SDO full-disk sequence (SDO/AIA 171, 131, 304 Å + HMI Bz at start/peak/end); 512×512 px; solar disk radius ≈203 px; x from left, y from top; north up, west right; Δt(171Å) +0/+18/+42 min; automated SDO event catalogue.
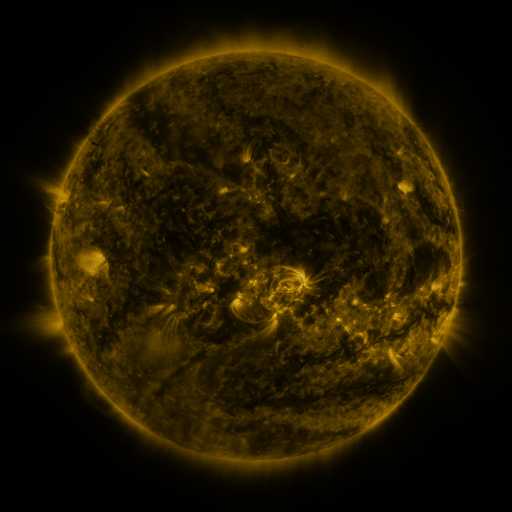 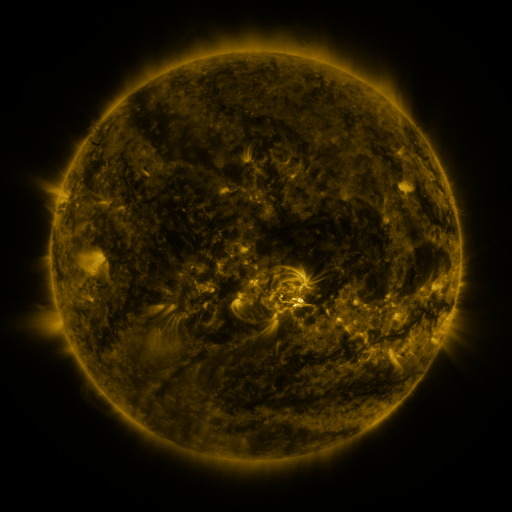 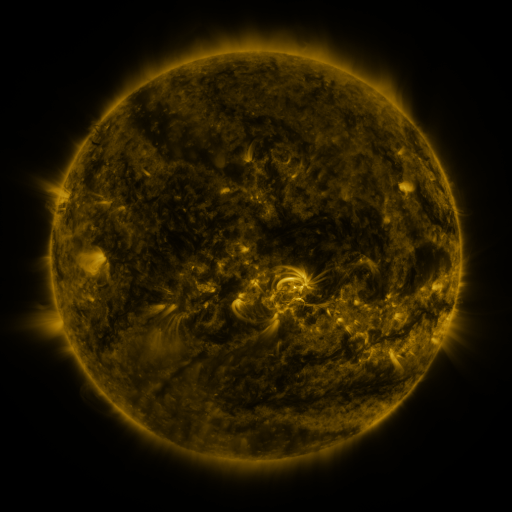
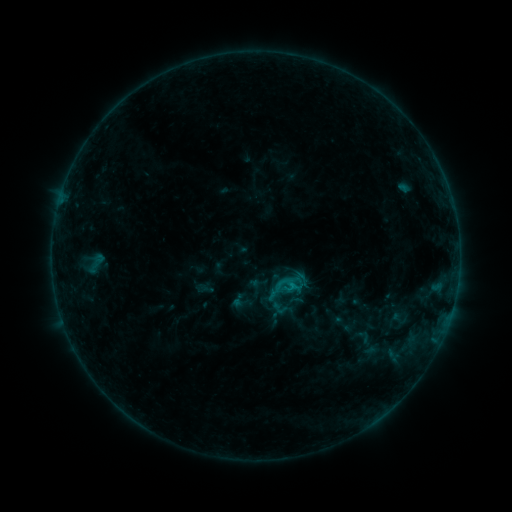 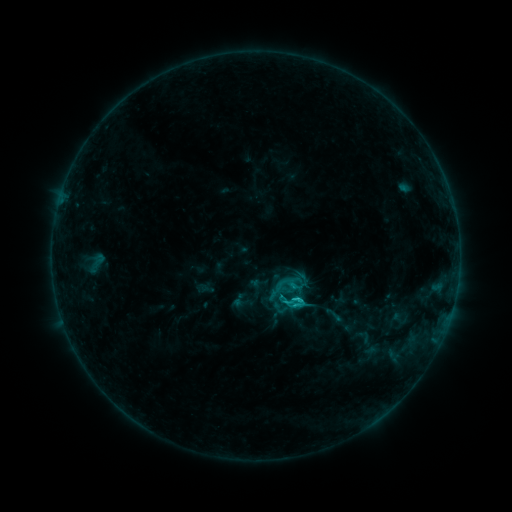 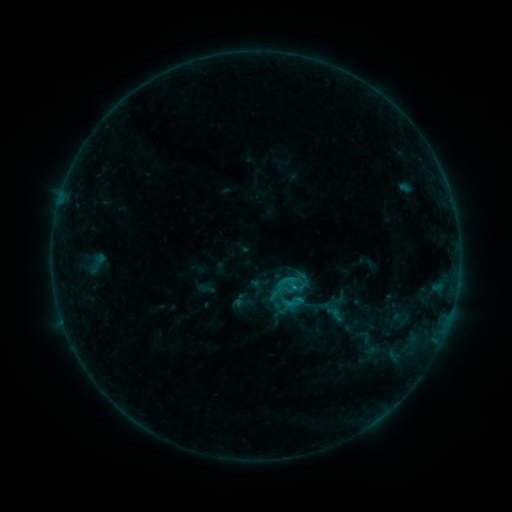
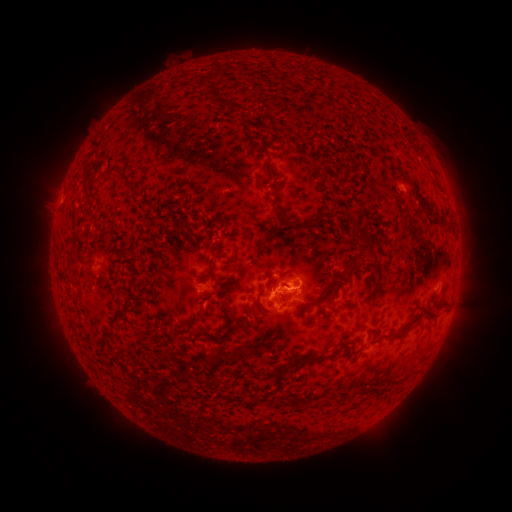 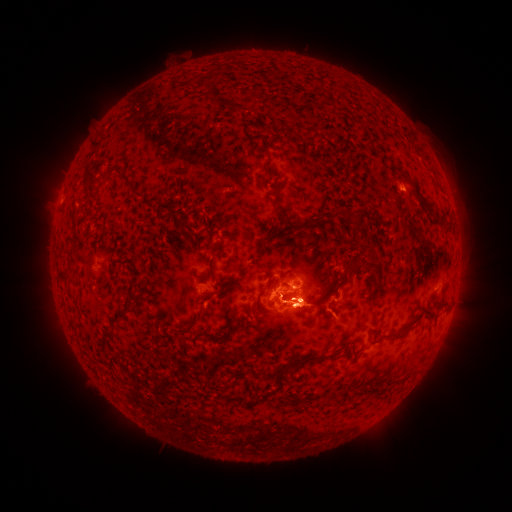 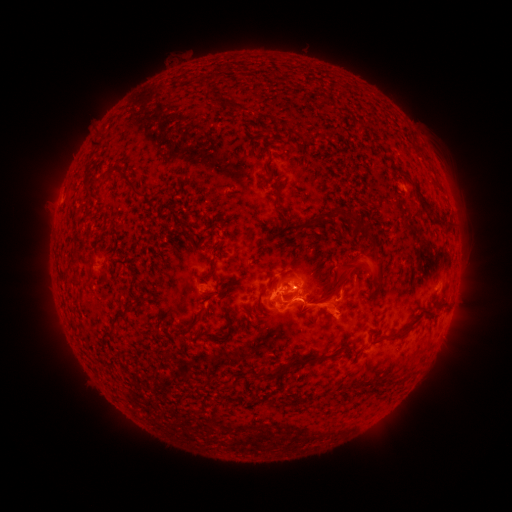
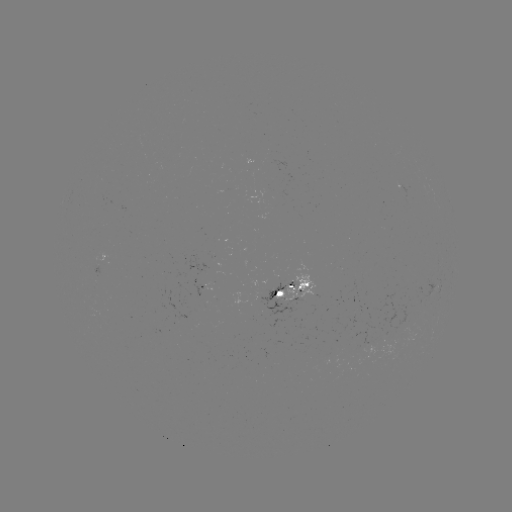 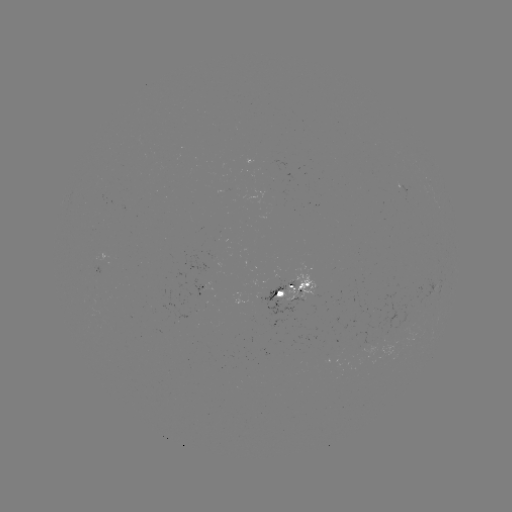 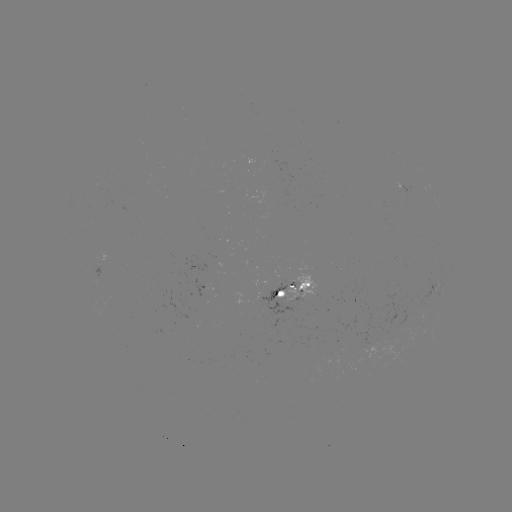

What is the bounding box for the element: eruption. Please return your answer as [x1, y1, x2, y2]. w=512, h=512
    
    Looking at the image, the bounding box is [248, 226, 375, 351].